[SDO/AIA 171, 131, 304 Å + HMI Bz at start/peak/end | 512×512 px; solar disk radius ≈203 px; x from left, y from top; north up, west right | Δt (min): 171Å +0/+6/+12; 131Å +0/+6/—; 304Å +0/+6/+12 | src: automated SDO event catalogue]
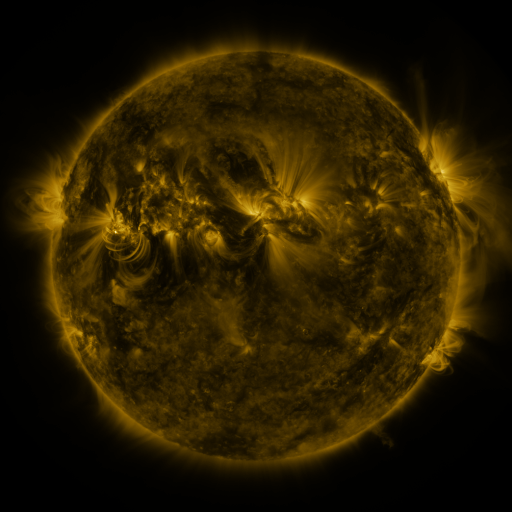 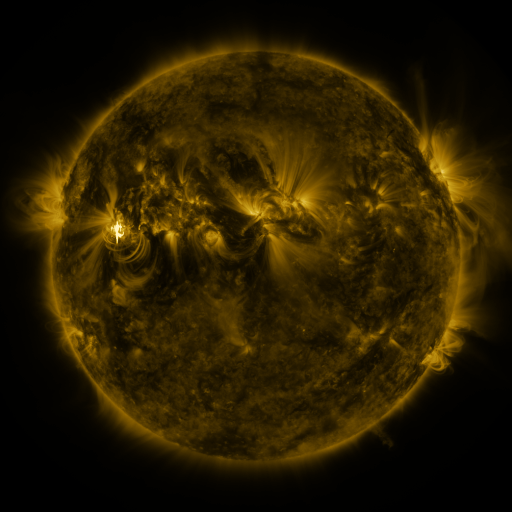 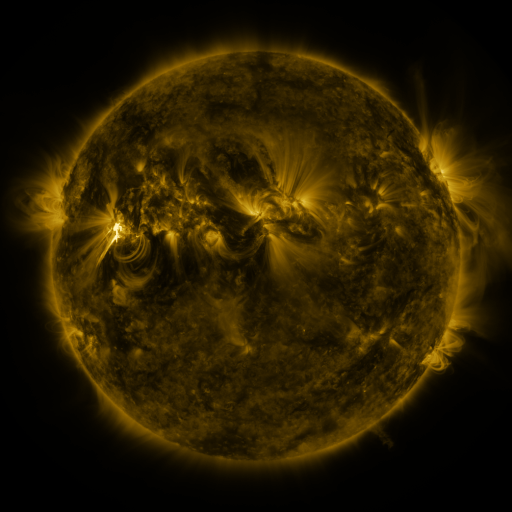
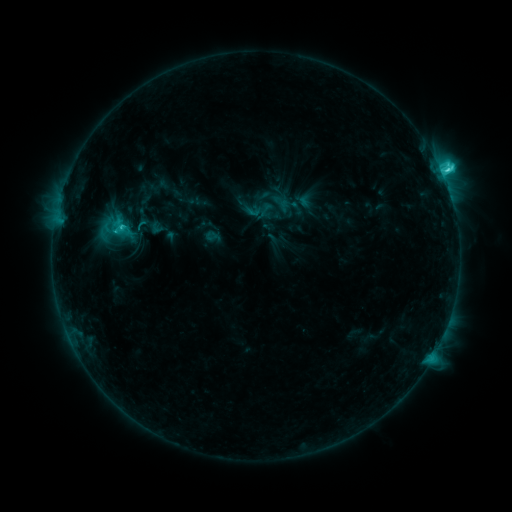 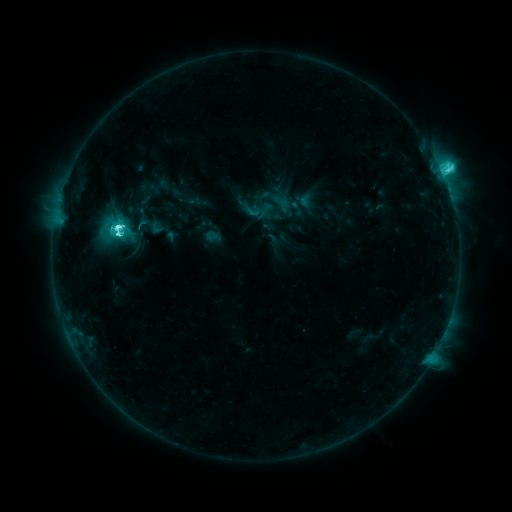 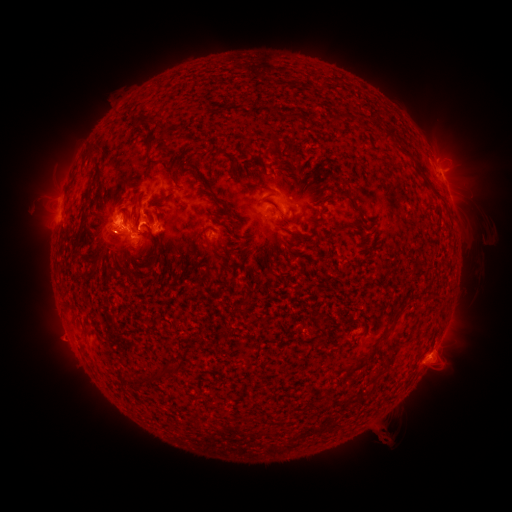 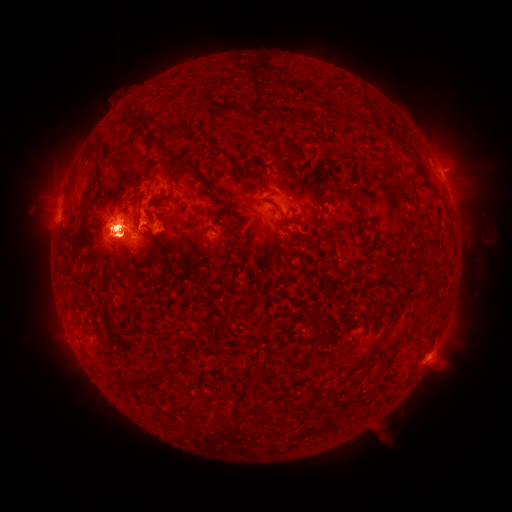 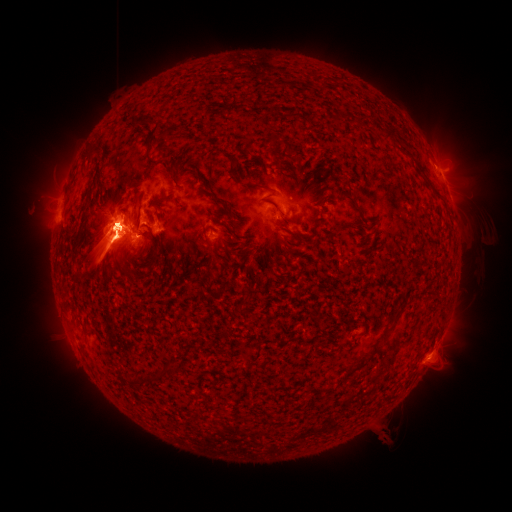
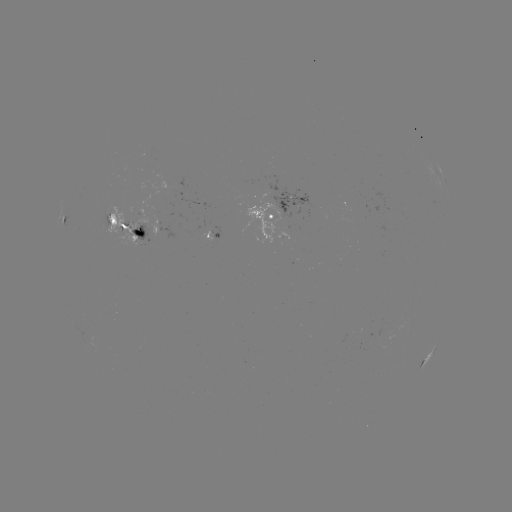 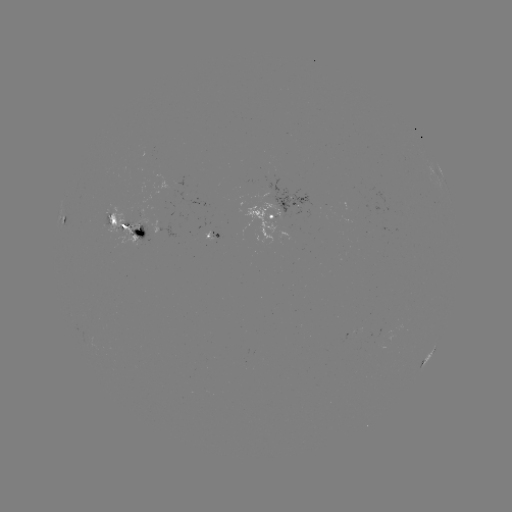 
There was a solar flare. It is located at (117, 234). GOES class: M3.7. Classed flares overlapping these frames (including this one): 1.